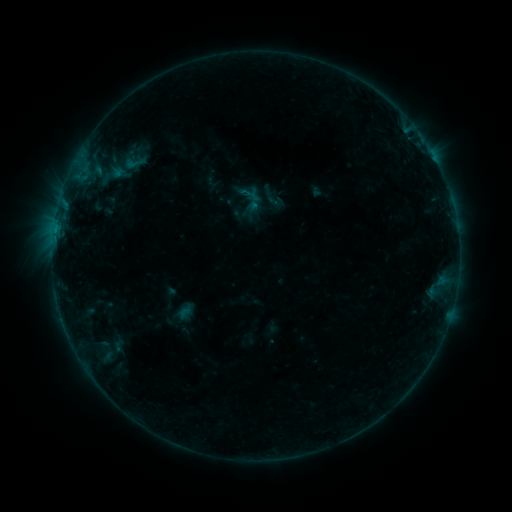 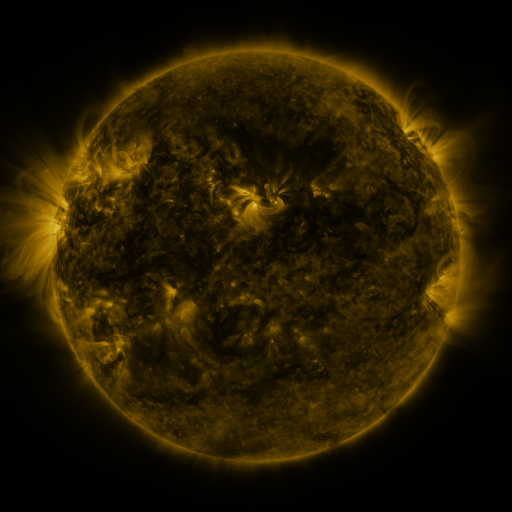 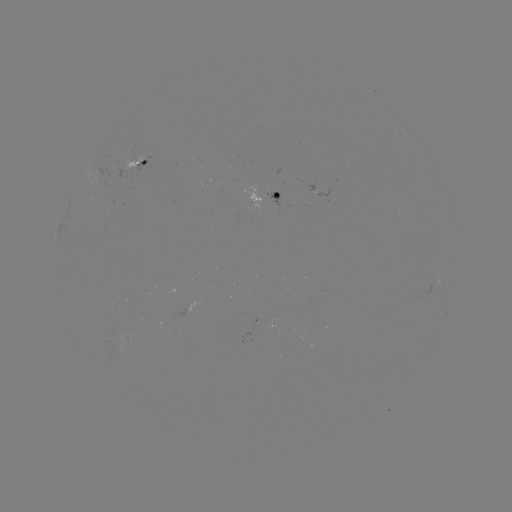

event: sigmoid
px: (135, 162)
